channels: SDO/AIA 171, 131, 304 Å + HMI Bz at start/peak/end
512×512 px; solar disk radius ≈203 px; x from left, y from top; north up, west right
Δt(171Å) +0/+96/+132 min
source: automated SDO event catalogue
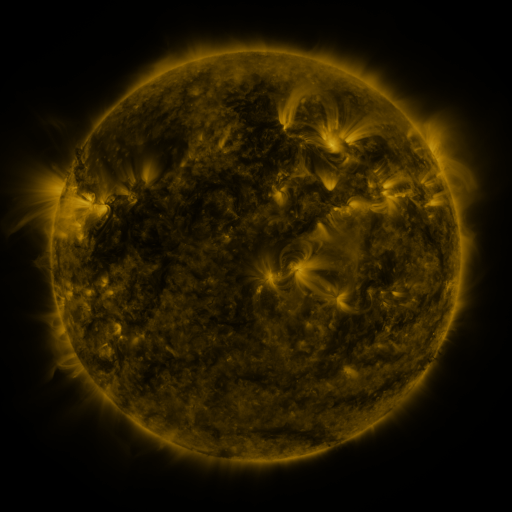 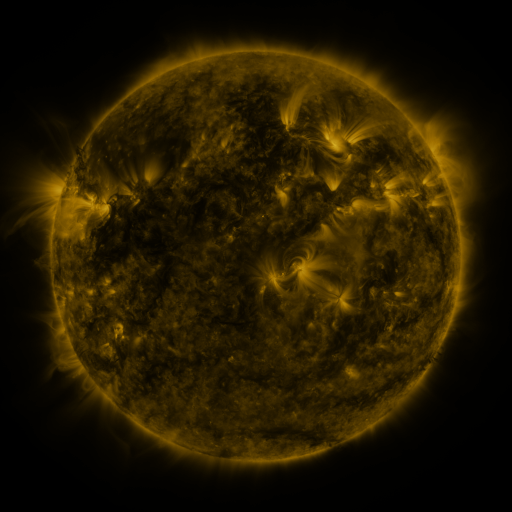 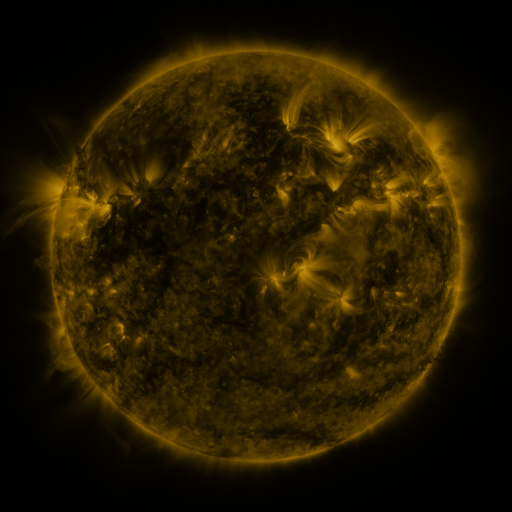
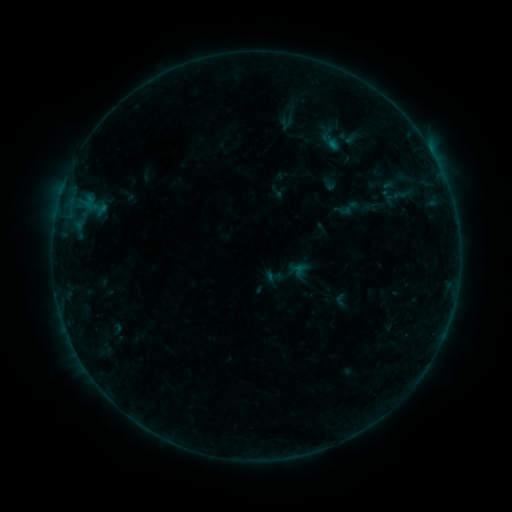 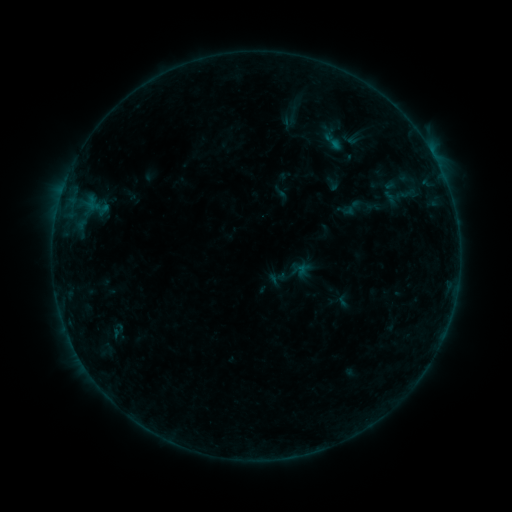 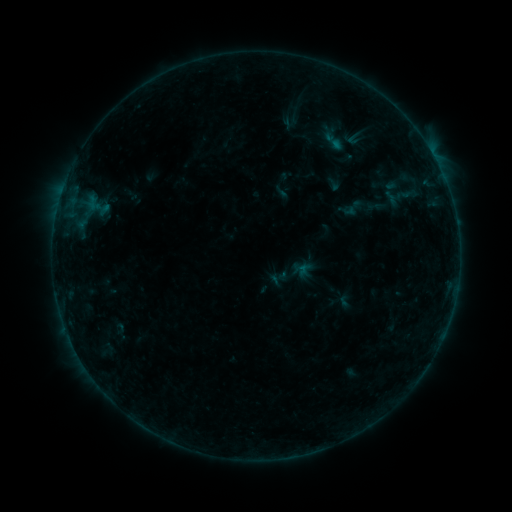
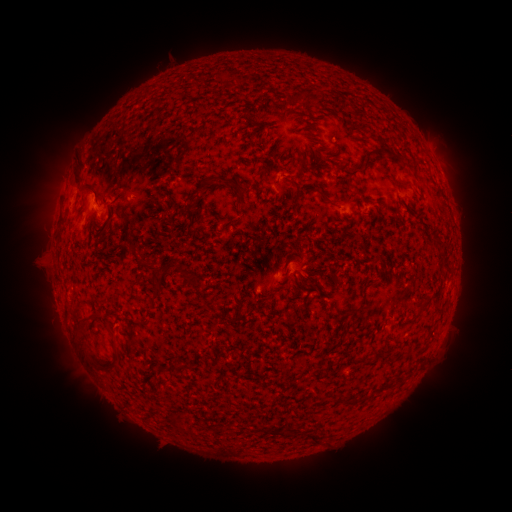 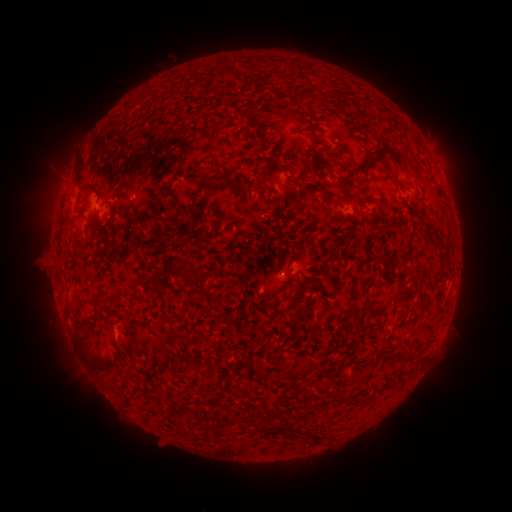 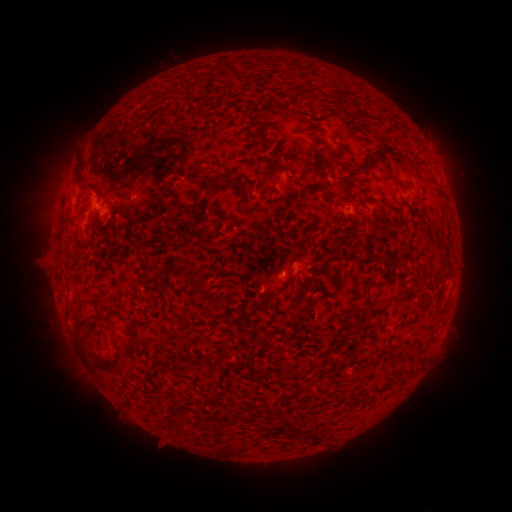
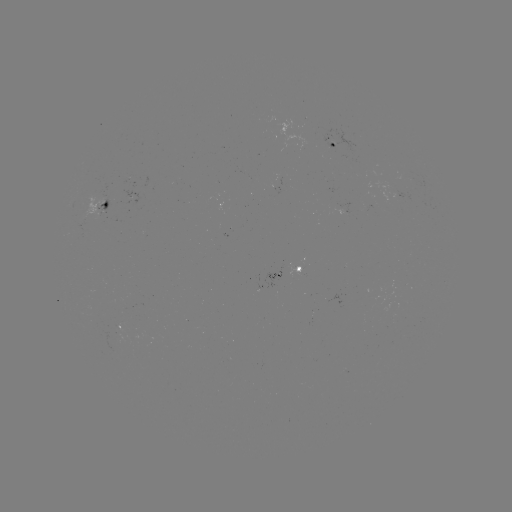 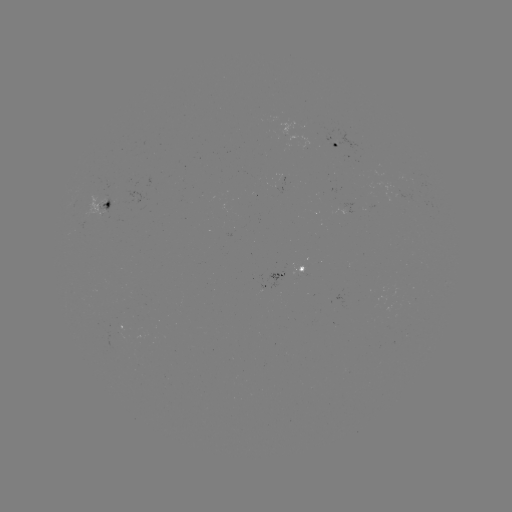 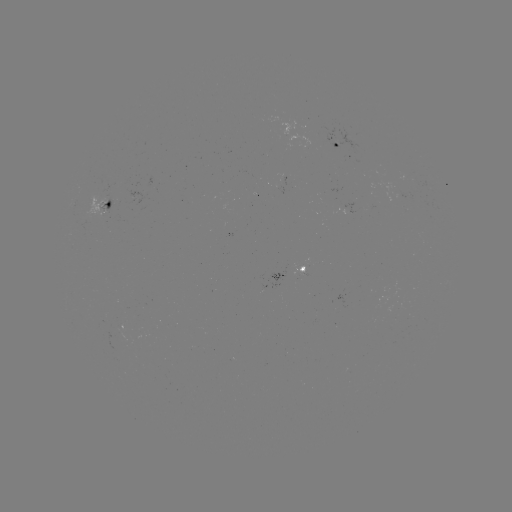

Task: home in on emerging-flux region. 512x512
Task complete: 340,209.